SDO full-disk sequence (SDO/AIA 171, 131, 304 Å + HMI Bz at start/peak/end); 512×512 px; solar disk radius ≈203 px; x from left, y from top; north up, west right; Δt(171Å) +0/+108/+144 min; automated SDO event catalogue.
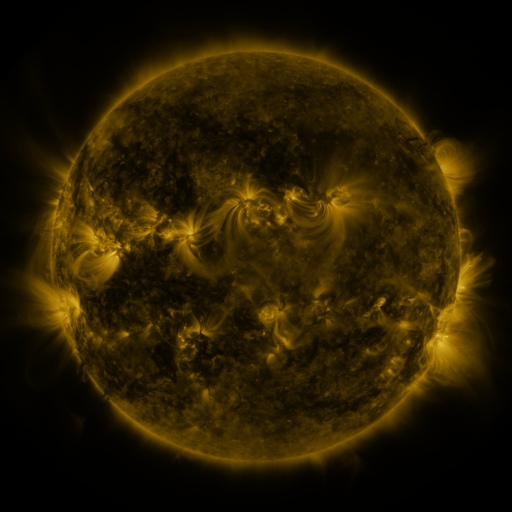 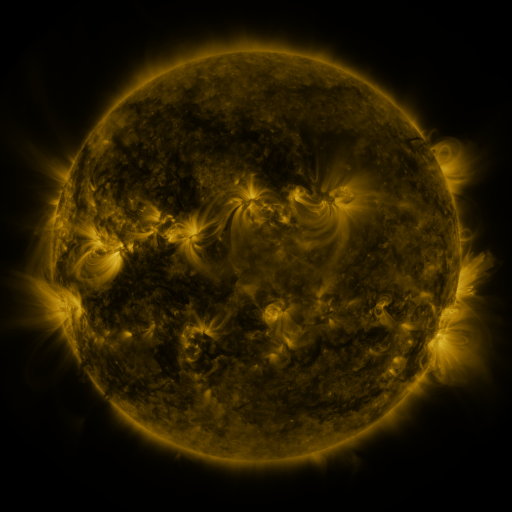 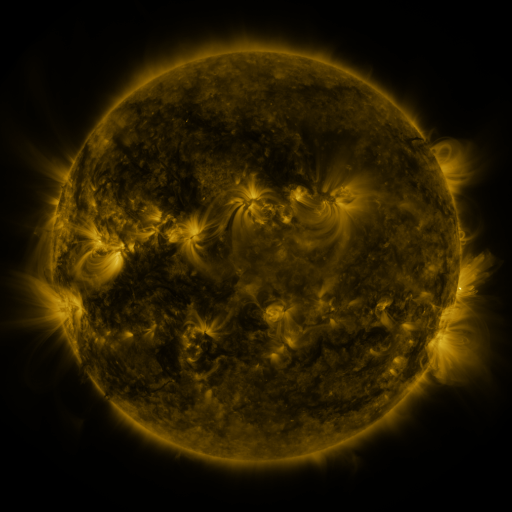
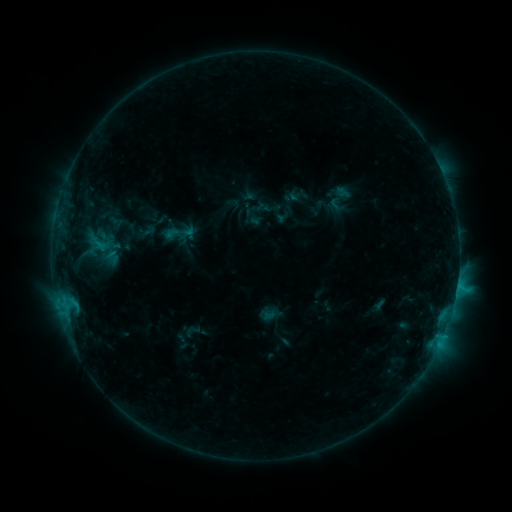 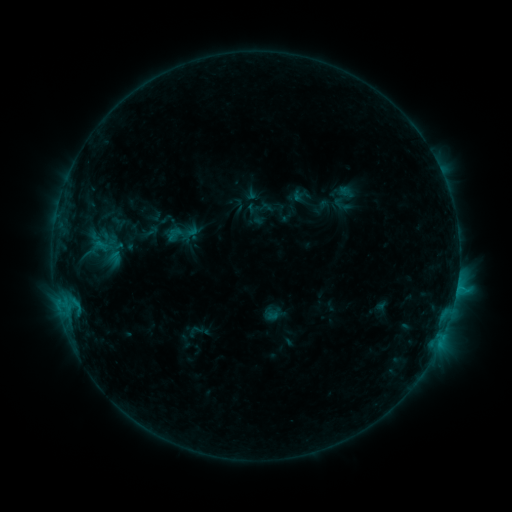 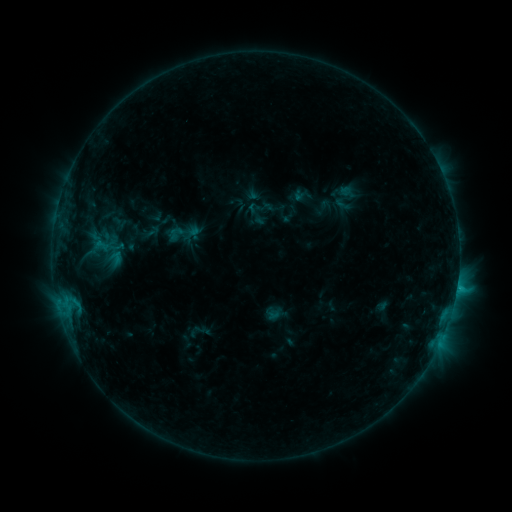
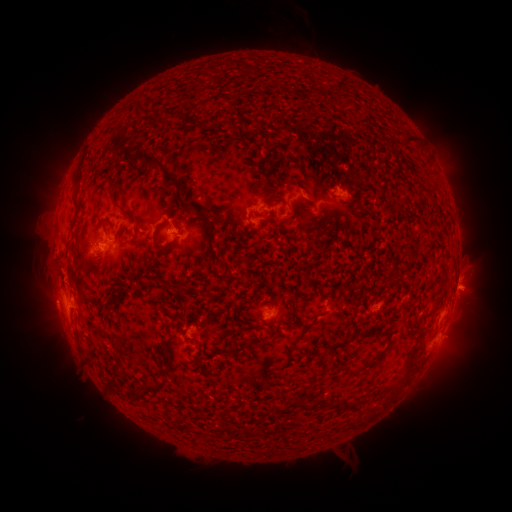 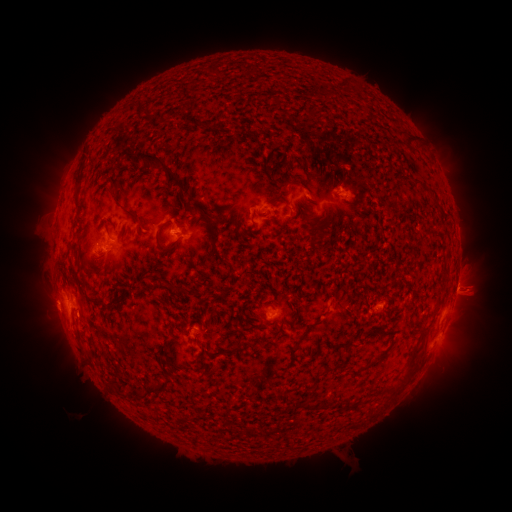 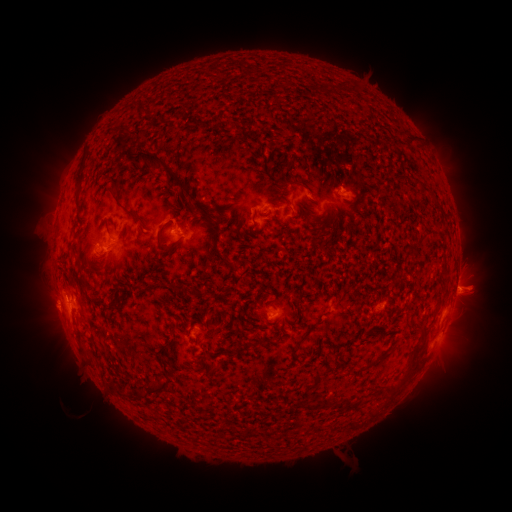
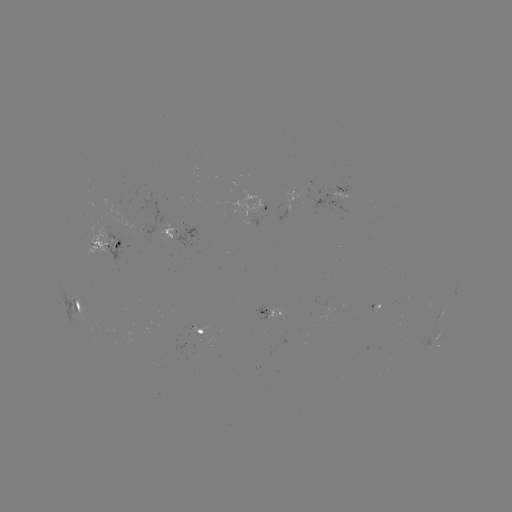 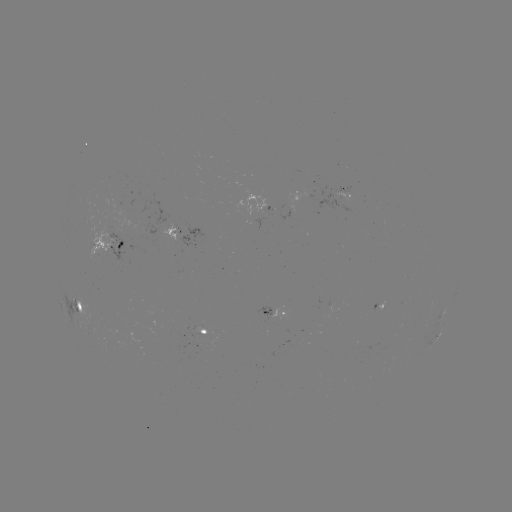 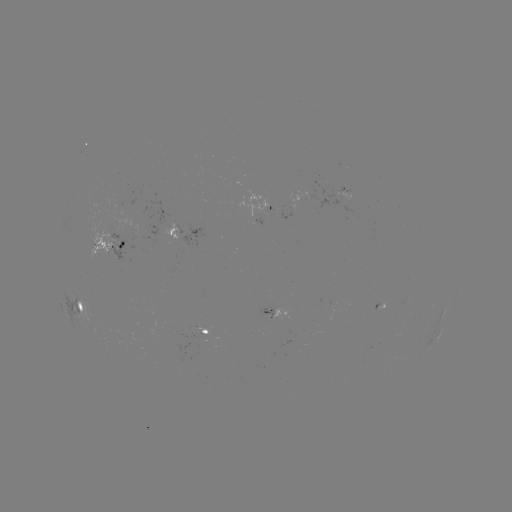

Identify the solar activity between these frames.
emerging-flux region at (172, 226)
